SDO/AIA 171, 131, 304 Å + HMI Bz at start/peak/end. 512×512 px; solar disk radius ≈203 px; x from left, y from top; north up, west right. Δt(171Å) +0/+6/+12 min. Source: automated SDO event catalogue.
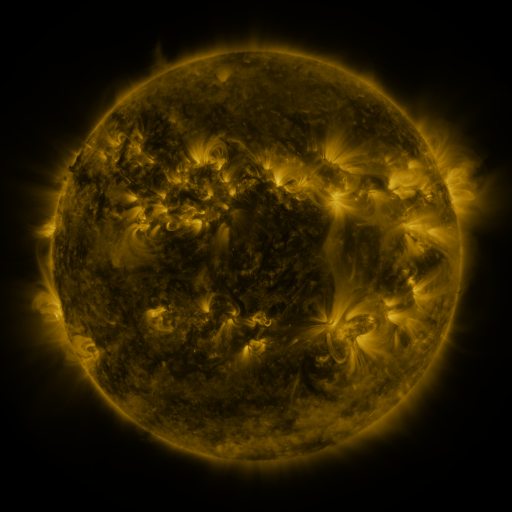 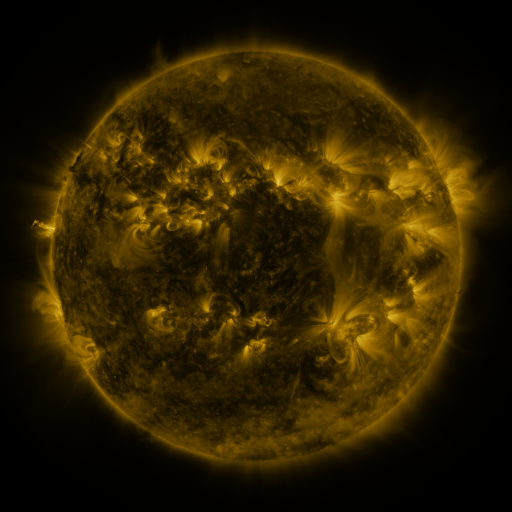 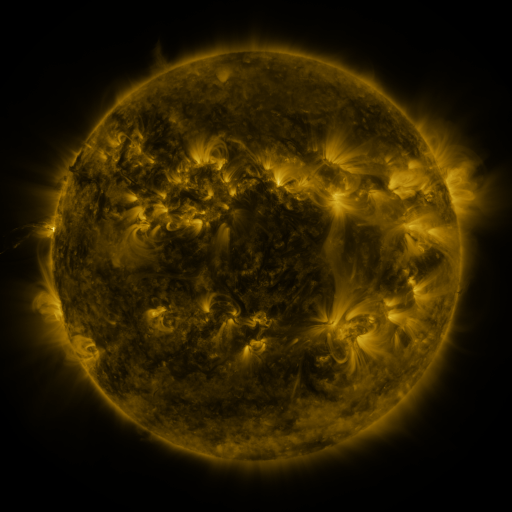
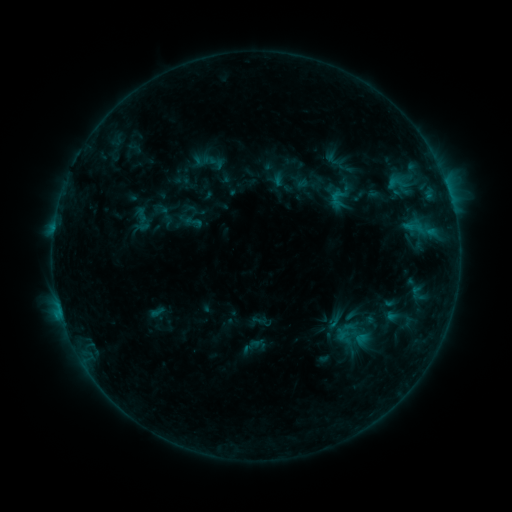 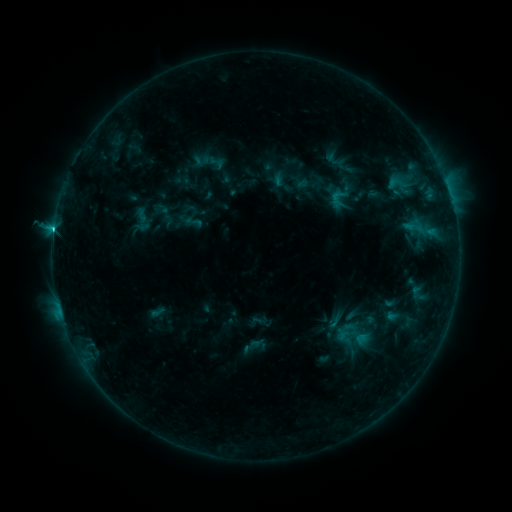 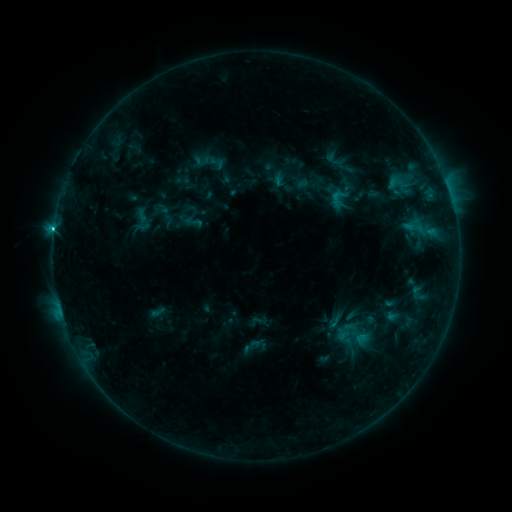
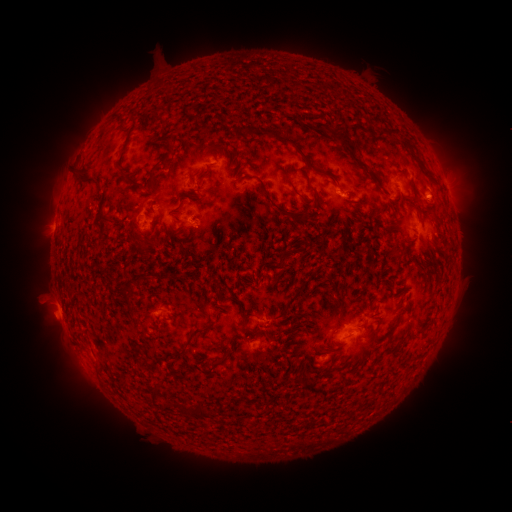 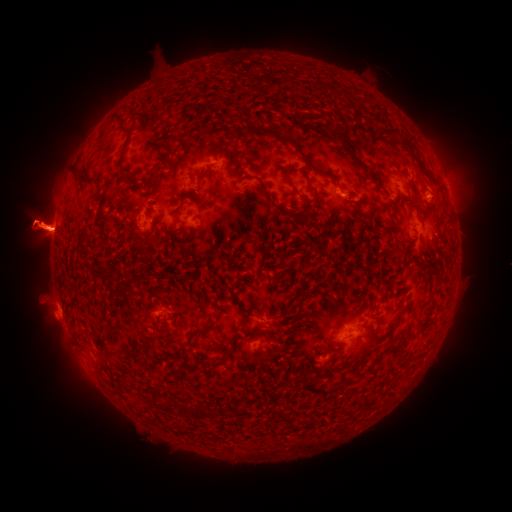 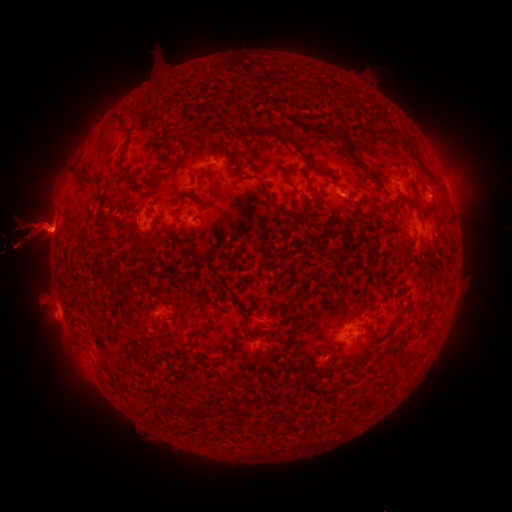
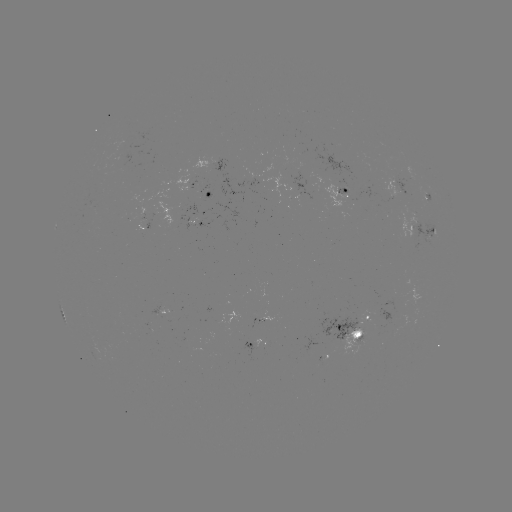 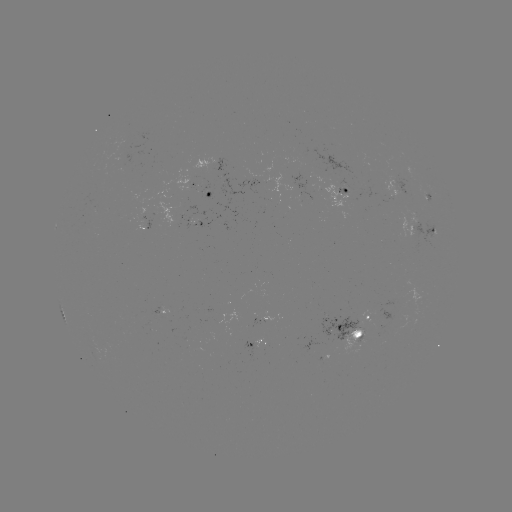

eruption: (445, 194, 511, 266)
